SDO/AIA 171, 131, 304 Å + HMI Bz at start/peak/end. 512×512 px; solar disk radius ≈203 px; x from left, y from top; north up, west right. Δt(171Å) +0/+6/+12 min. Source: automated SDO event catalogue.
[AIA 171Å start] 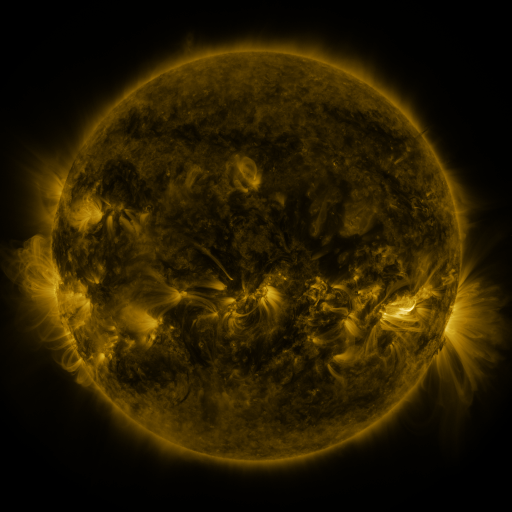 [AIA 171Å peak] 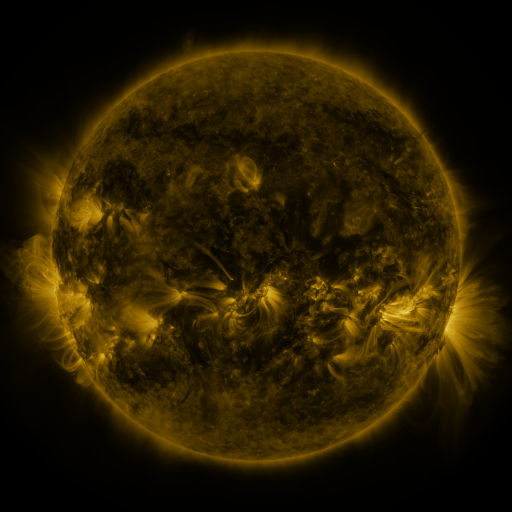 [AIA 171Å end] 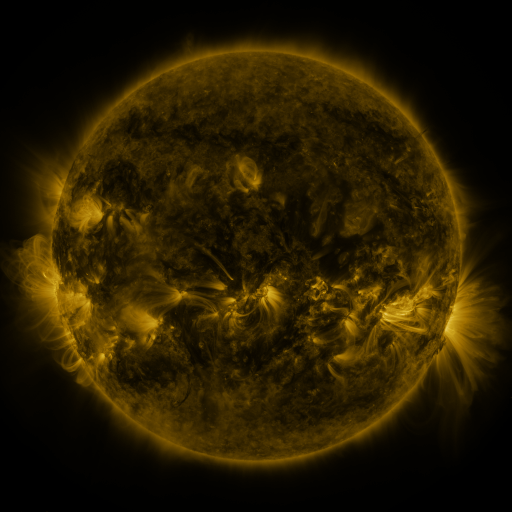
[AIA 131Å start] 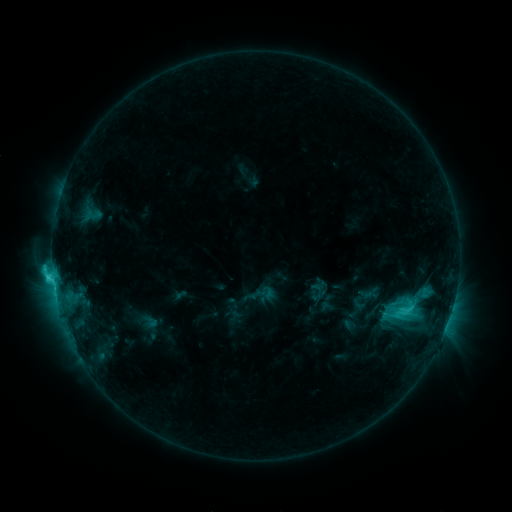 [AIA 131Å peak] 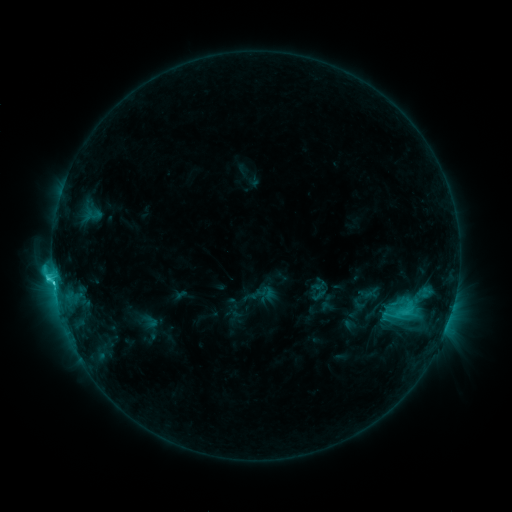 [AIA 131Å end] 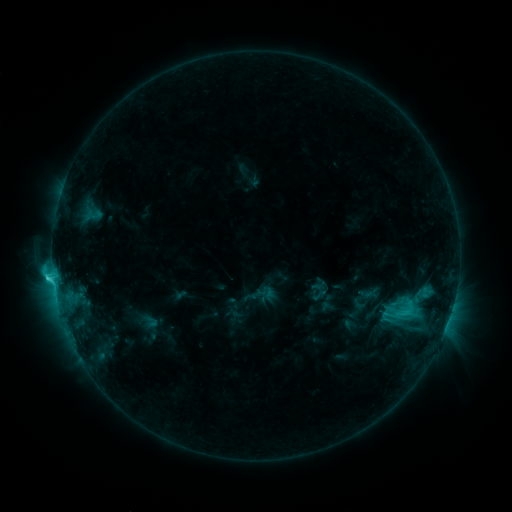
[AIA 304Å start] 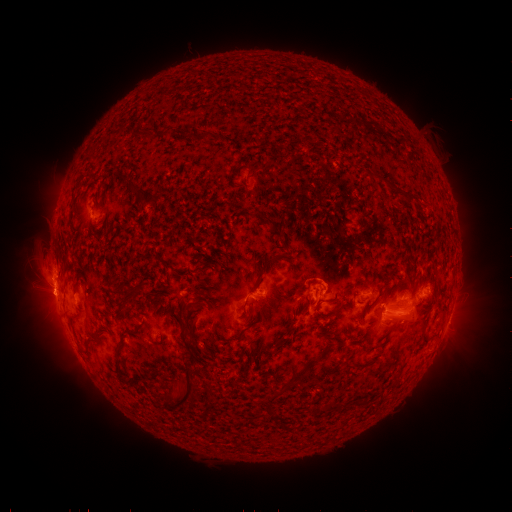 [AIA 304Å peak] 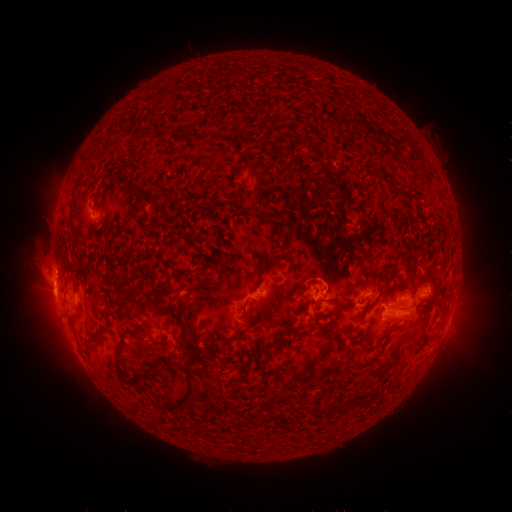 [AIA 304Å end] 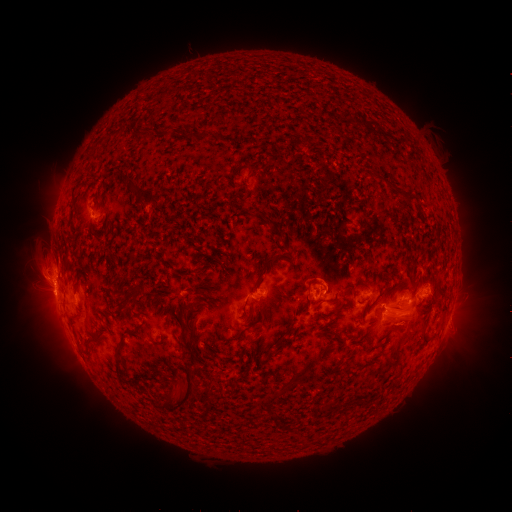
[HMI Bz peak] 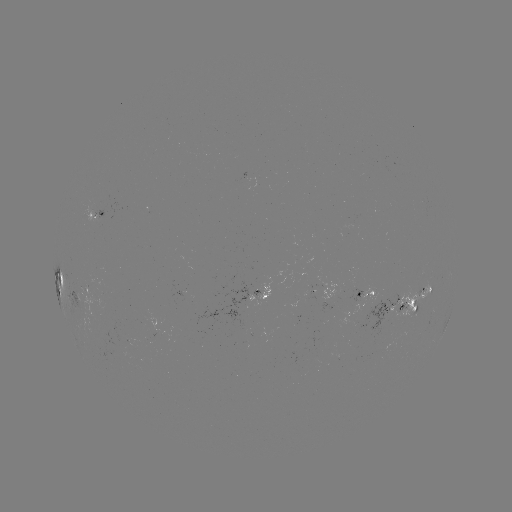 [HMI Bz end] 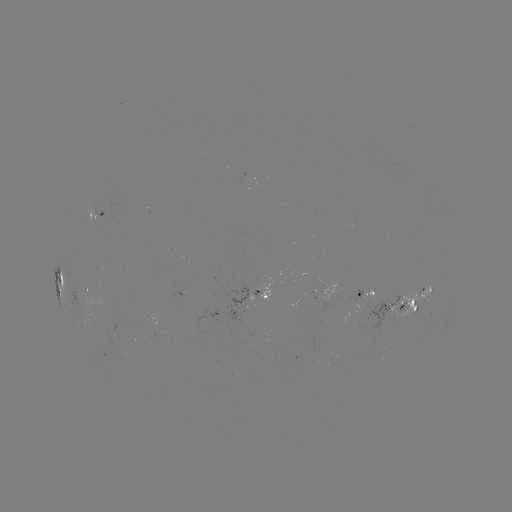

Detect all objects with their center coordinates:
C4.6 flare: (54, 280)
